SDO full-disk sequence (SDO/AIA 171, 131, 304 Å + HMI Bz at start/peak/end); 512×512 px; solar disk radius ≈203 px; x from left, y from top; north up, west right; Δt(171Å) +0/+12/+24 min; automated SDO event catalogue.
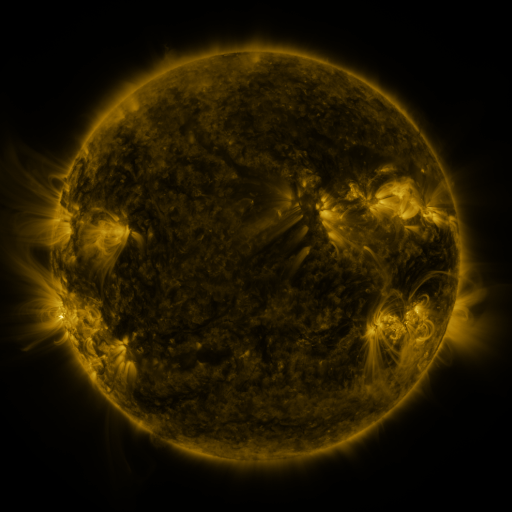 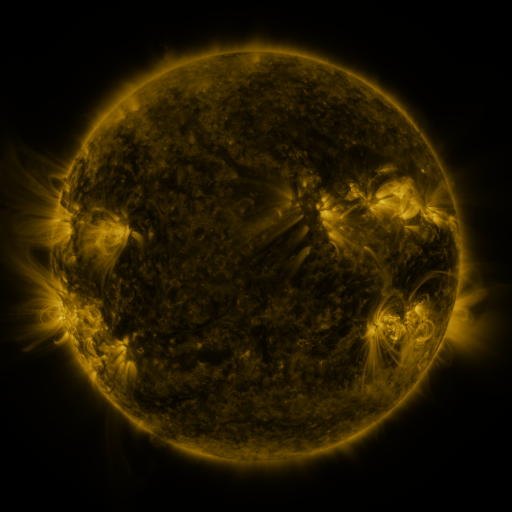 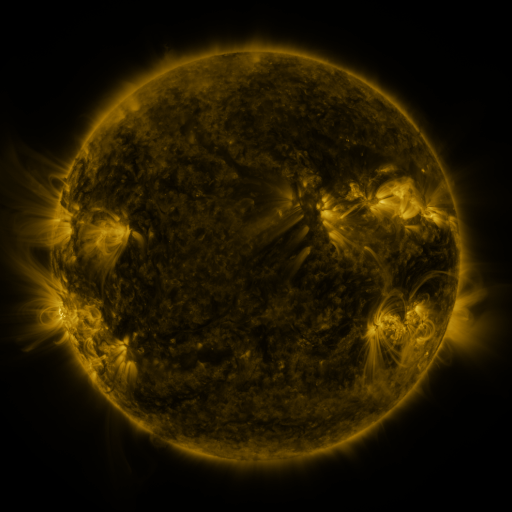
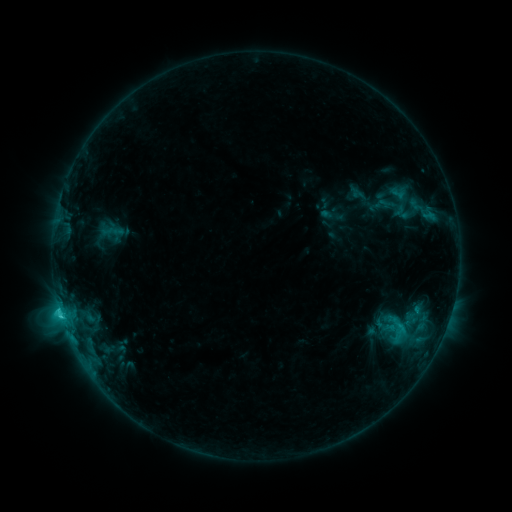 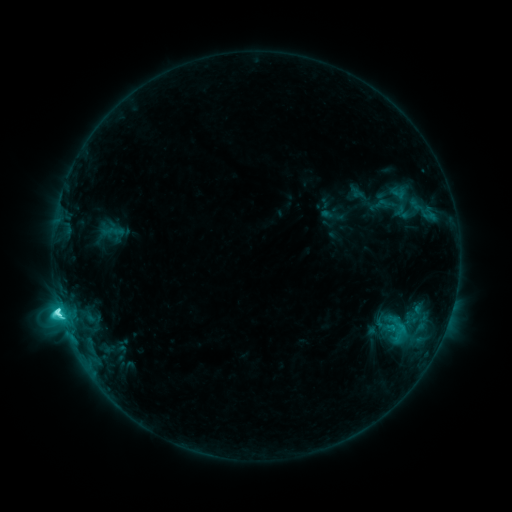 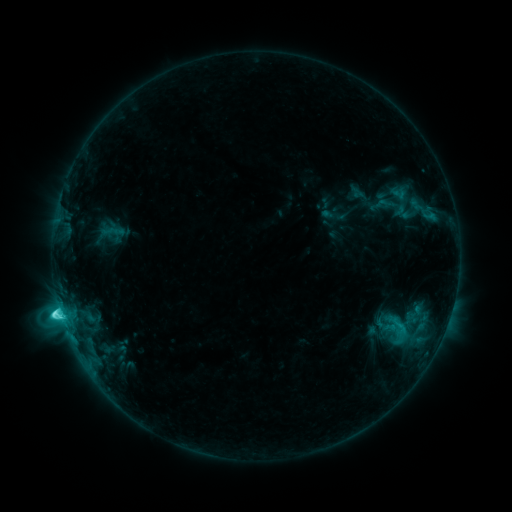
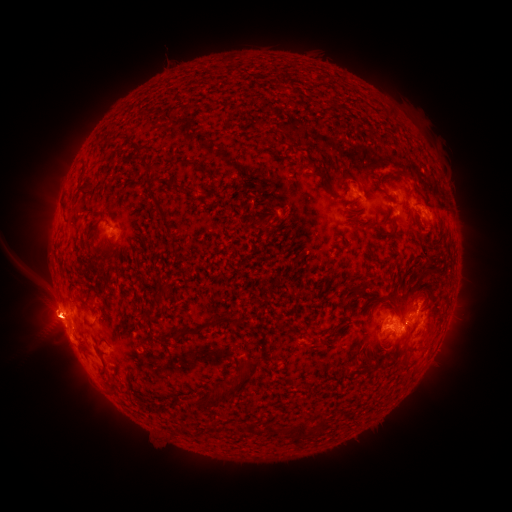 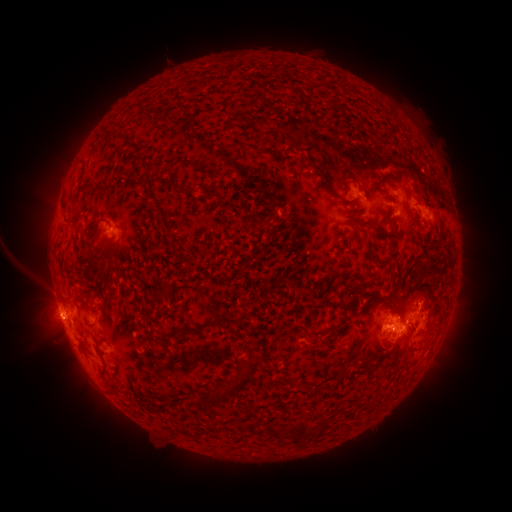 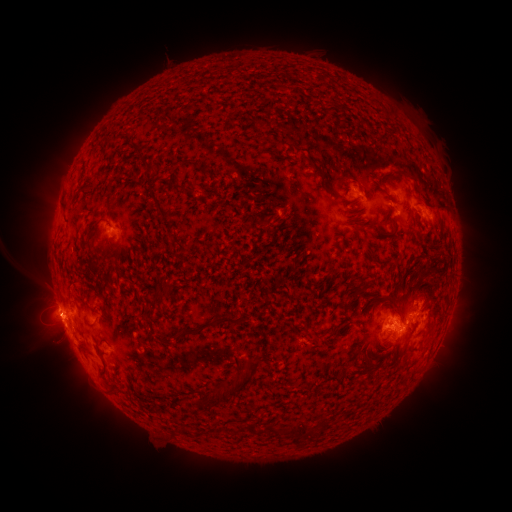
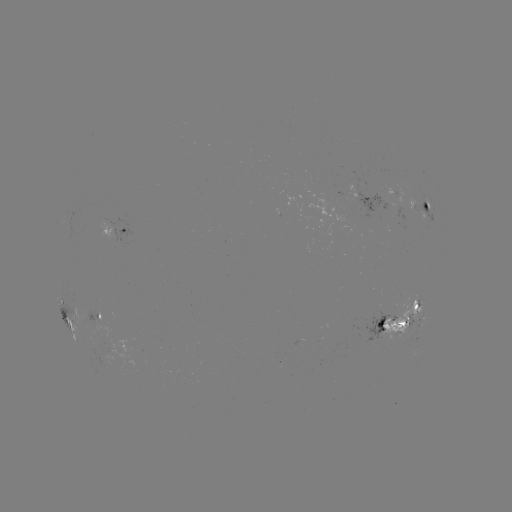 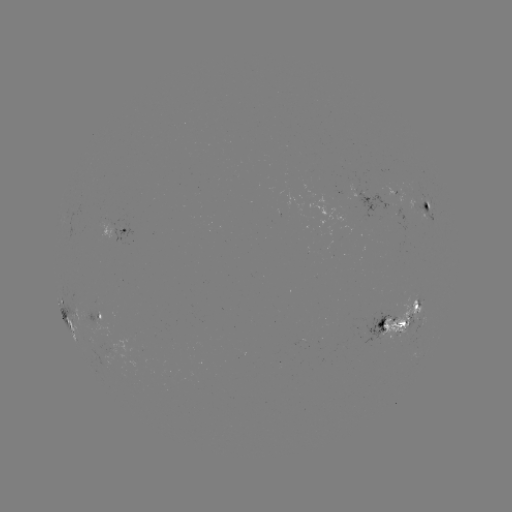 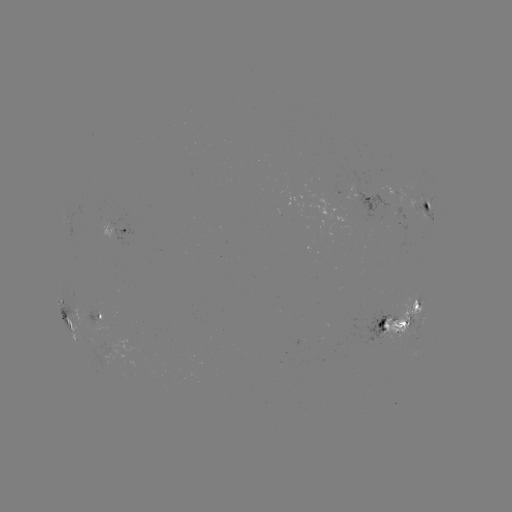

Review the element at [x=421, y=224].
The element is C7.8 flare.